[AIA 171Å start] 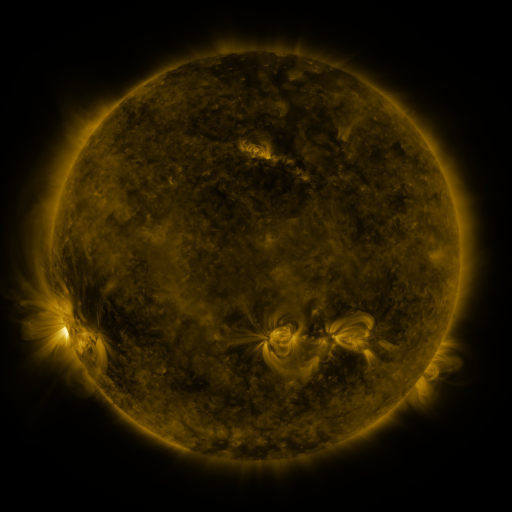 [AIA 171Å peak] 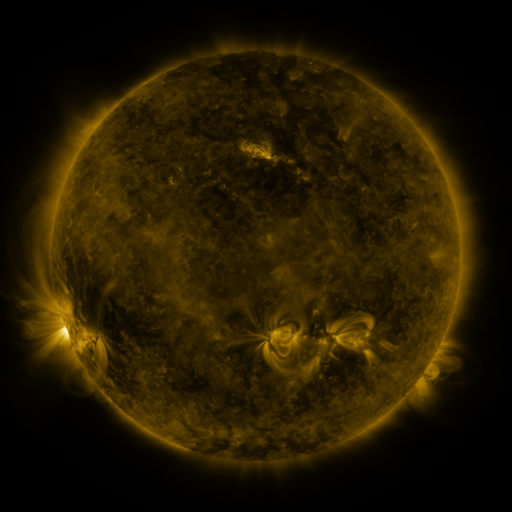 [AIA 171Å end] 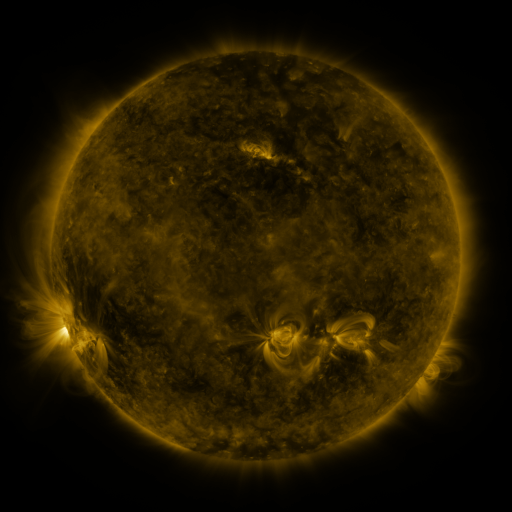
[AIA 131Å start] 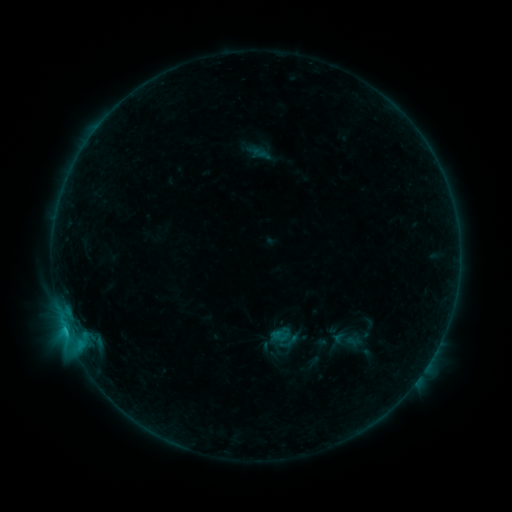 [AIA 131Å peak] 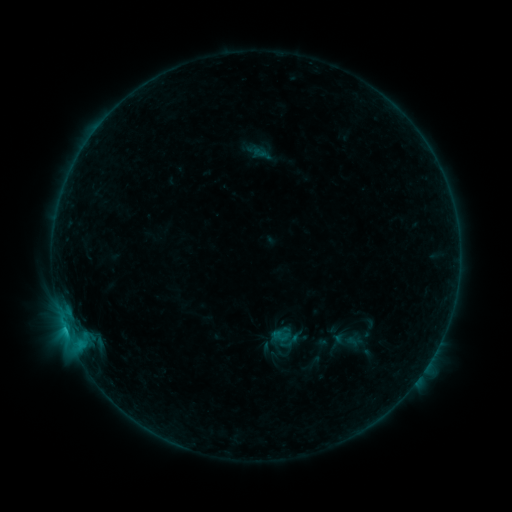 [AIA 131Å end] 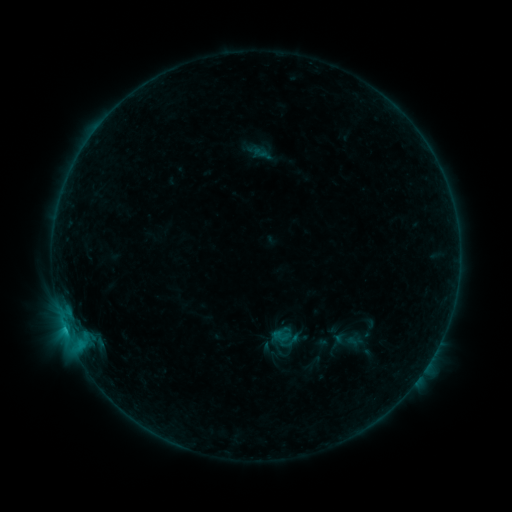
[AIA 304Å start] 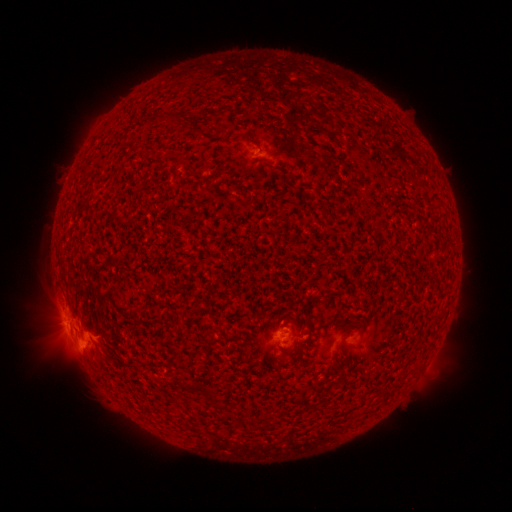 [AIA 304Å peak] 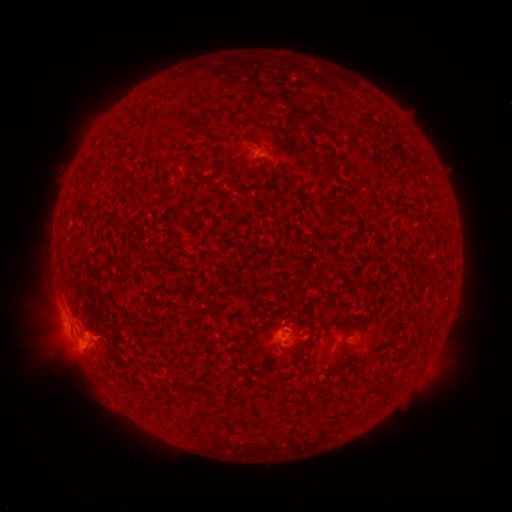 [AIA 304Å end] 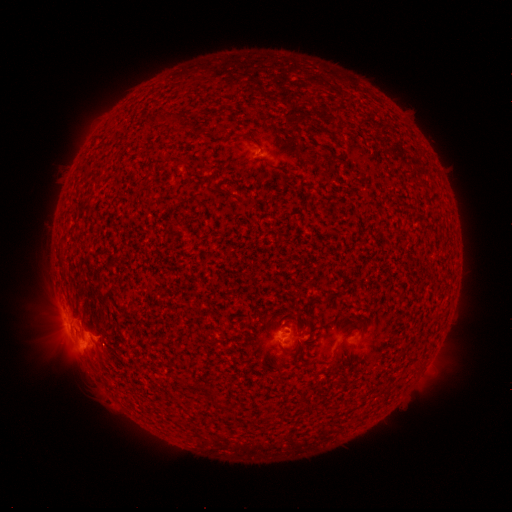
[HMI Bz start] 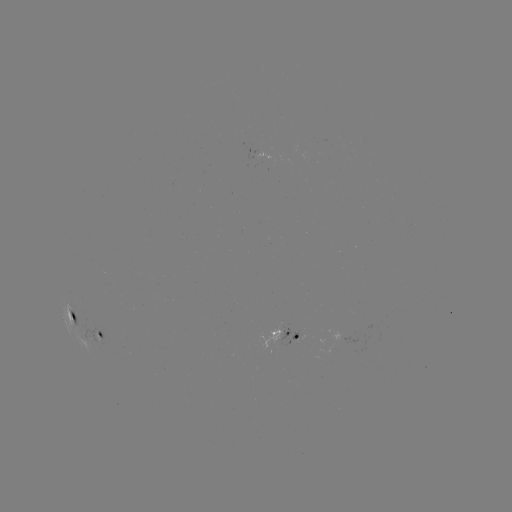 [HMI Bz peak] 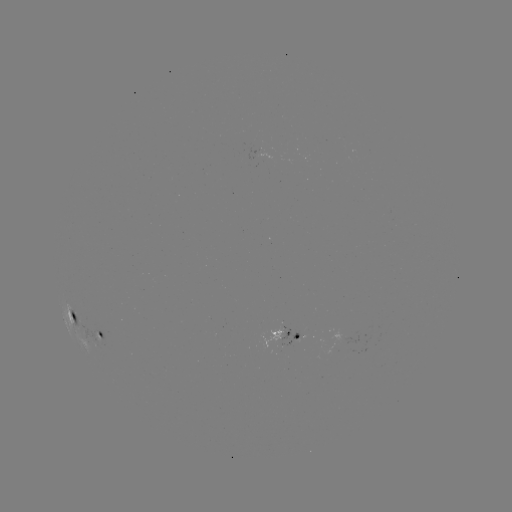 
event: flare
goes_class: C1.1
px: (77, 343)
